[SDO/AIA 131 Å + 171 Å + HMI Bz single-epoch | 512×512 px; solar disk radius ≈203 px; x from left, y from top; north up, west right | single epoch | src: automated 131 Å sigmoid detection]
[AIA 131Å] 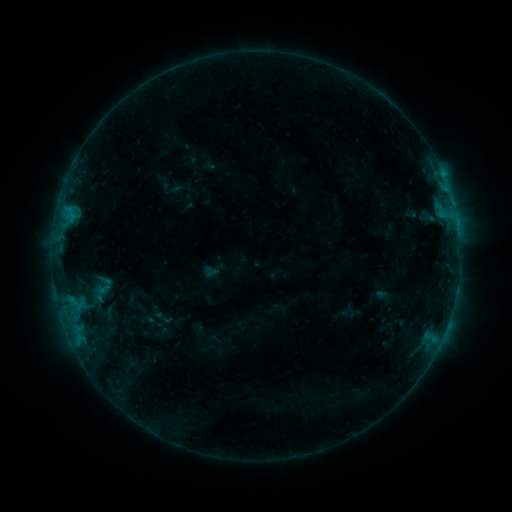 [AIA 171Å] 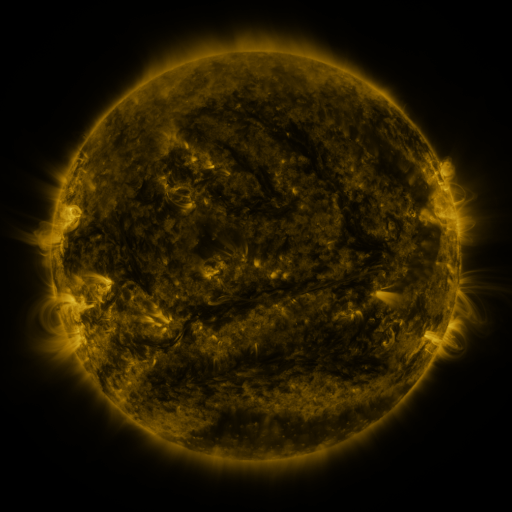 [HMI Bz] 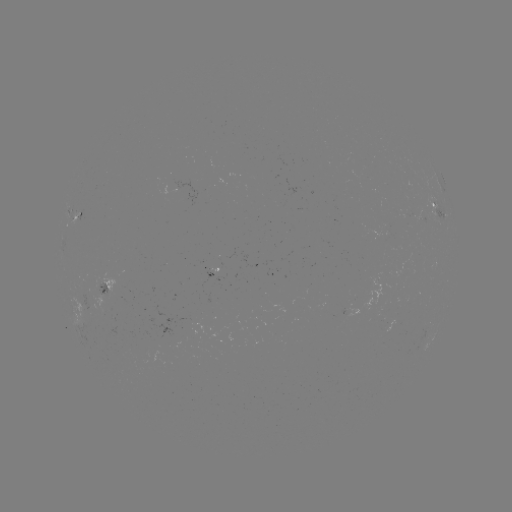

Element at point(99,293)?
sigmoid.